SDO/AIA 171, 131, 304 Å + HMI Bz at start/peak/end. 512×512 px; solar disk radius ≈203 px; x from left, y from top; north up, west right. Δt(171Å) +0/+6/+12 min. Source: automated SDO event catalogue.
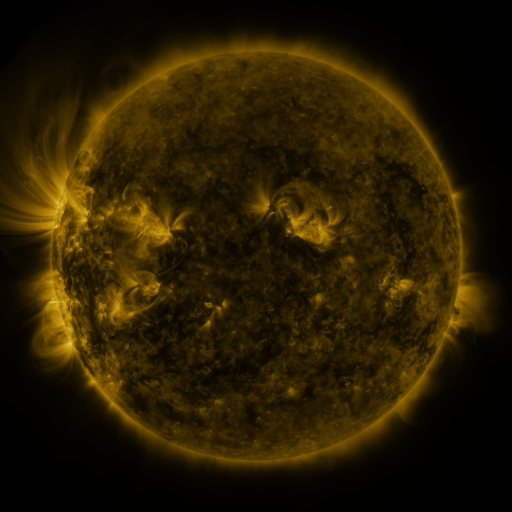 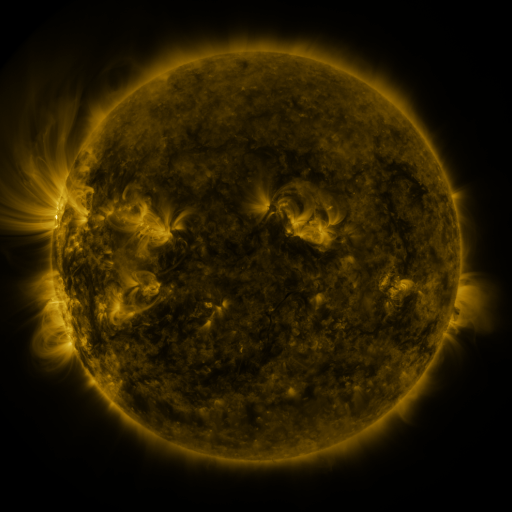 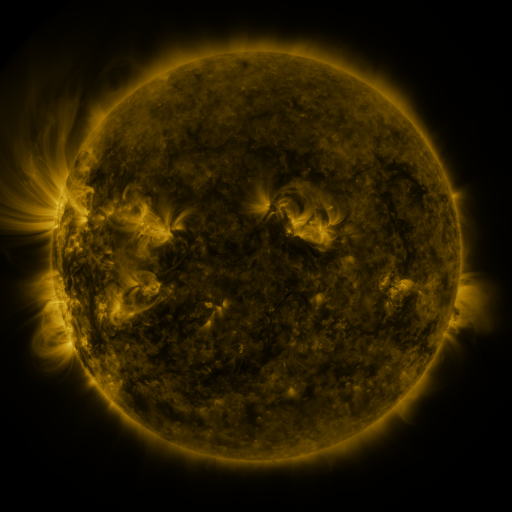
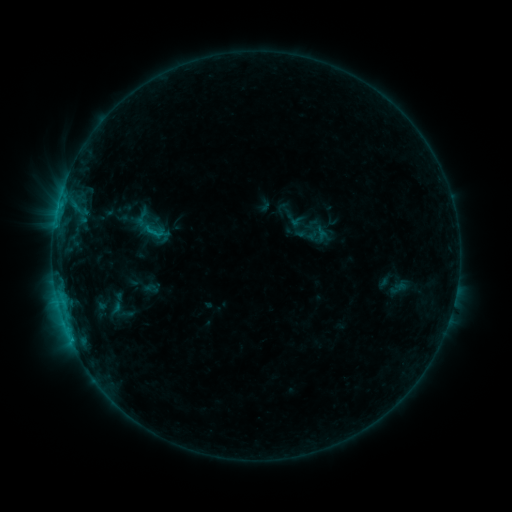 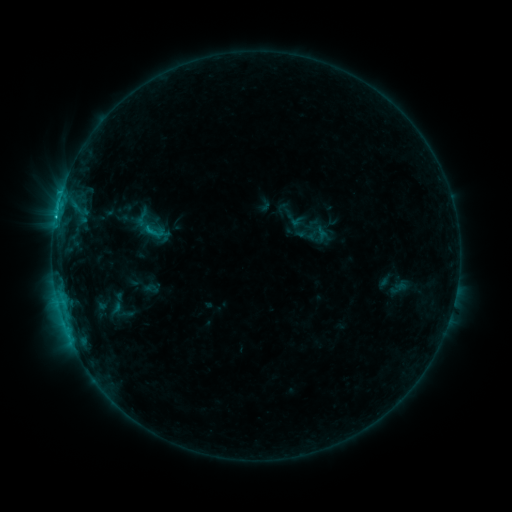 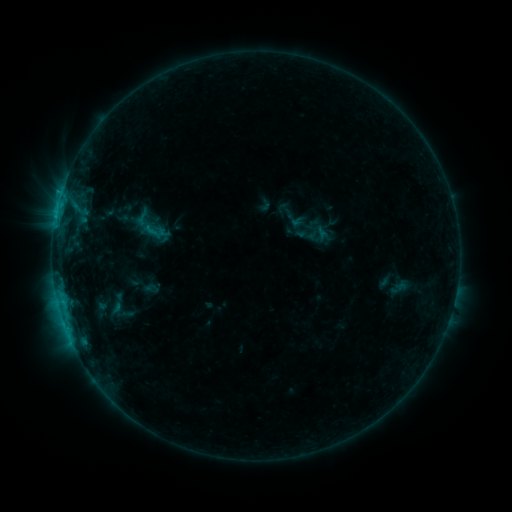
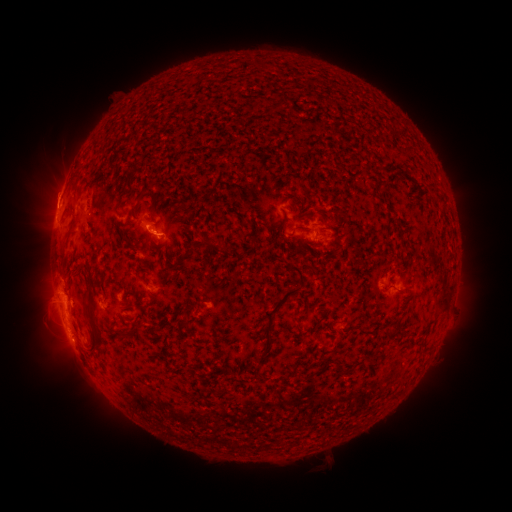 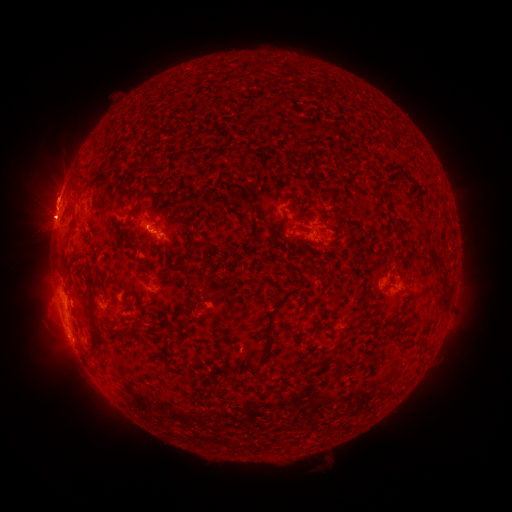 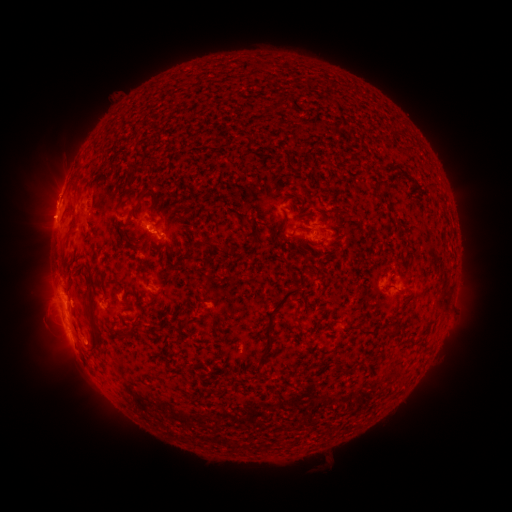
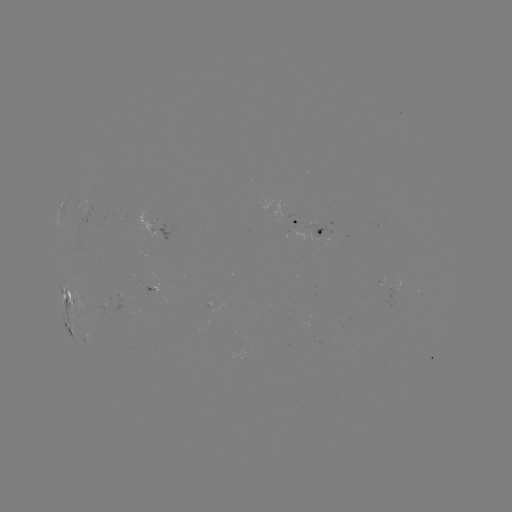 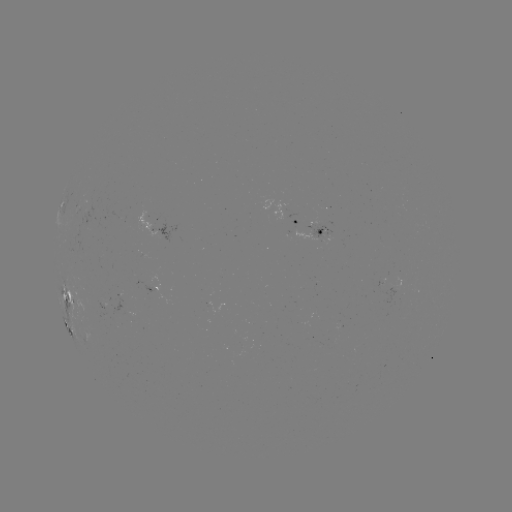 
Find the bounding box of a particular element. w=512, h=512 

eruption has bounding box [20, 163, 79, 239].